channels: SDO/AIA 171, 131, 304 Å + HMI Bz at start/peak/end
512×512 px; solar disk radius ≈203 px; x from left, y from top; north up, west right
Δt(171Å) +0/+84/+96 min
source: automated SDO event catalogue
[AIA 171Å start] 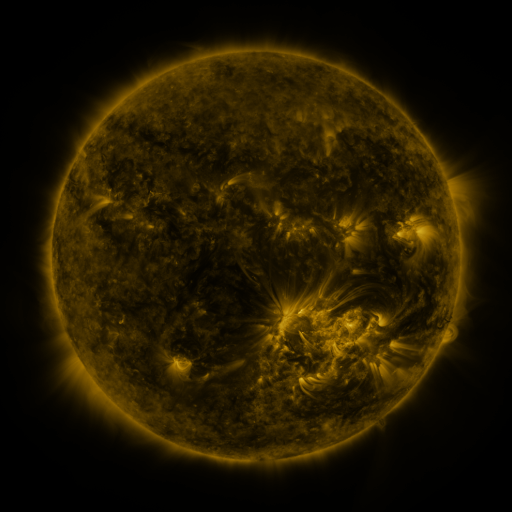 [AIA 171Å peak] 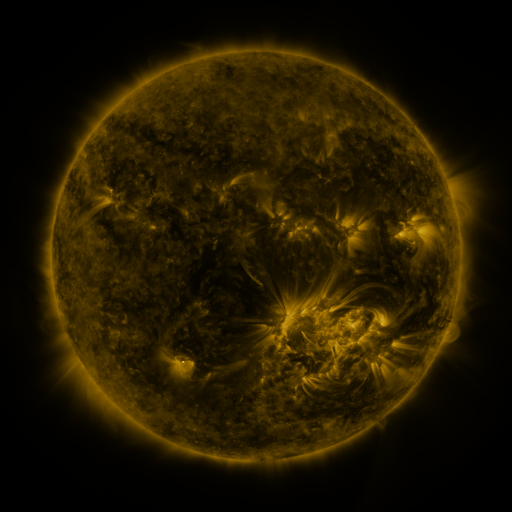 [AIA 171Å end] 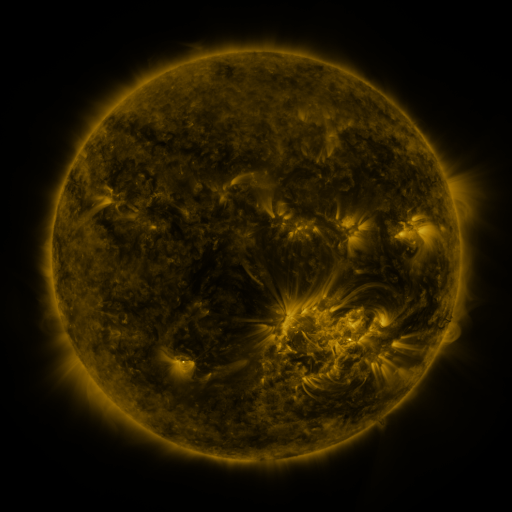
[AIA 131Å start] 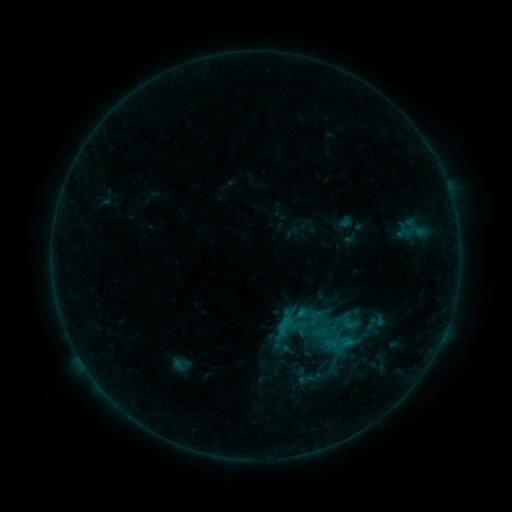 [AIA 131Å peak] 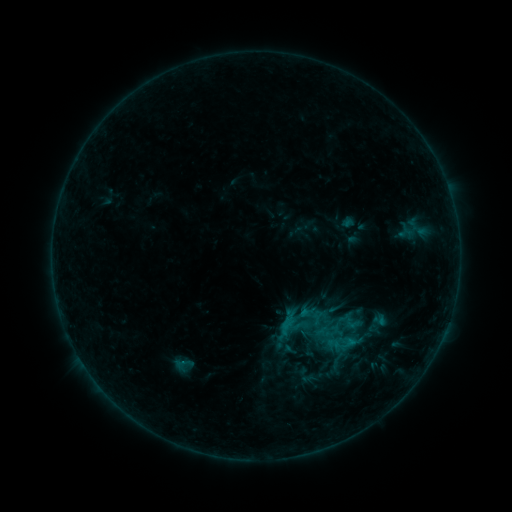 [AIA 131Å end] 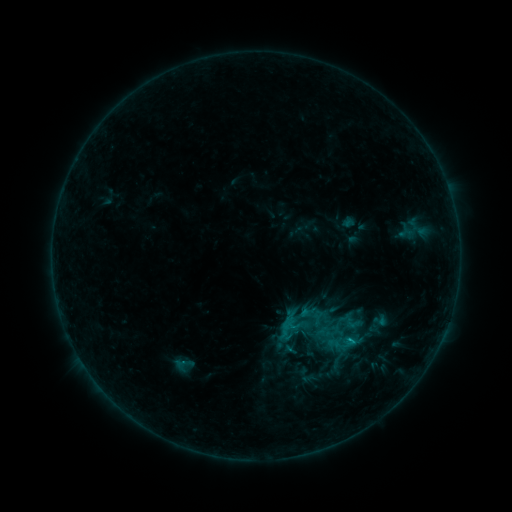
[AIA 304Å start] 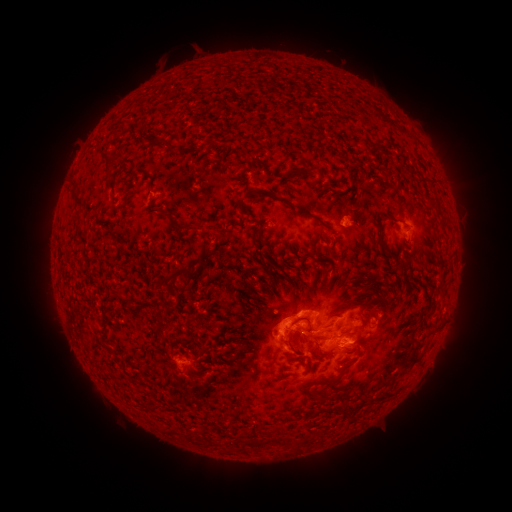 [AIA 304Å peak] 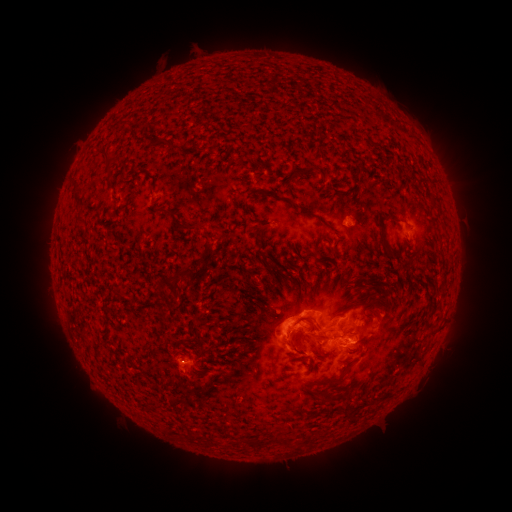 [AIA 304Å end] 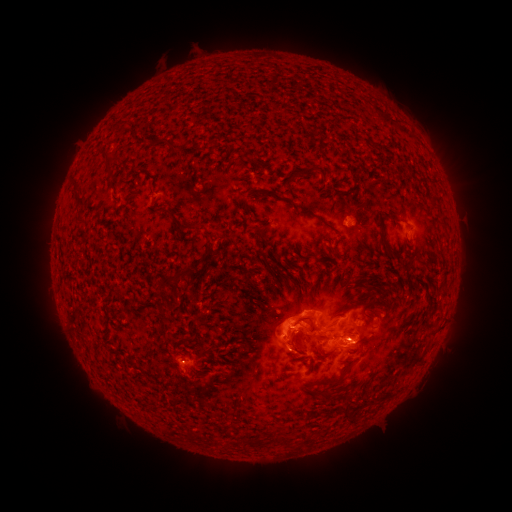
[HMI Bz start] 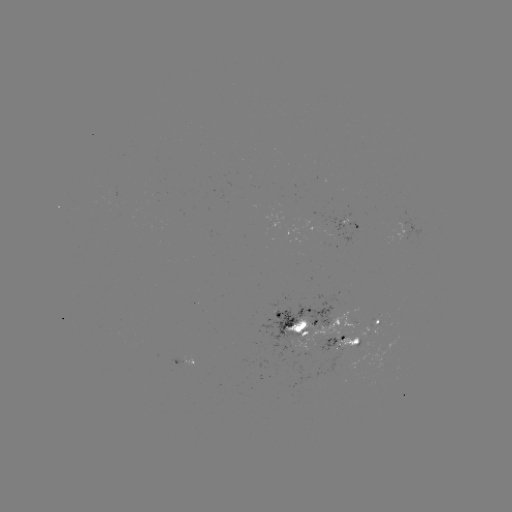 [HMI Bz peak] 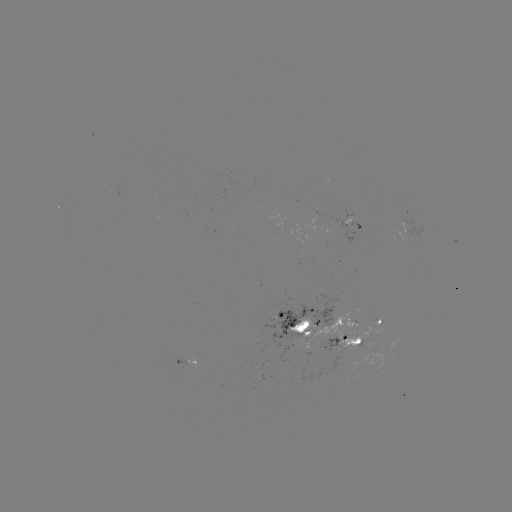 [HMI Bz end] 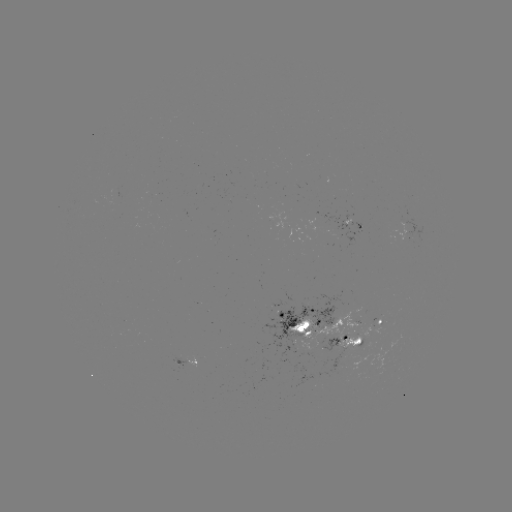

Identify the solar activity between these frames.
emerging-flux region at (324, 341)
